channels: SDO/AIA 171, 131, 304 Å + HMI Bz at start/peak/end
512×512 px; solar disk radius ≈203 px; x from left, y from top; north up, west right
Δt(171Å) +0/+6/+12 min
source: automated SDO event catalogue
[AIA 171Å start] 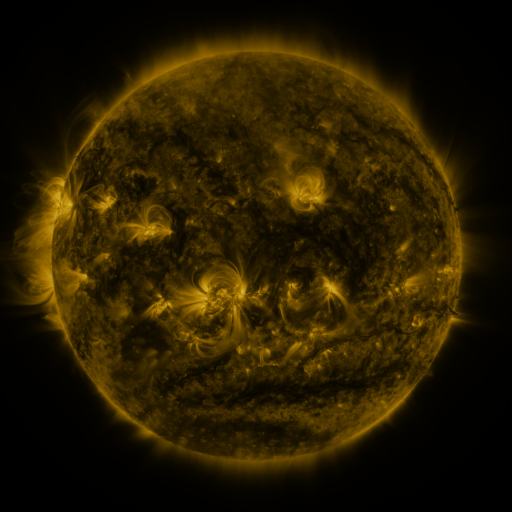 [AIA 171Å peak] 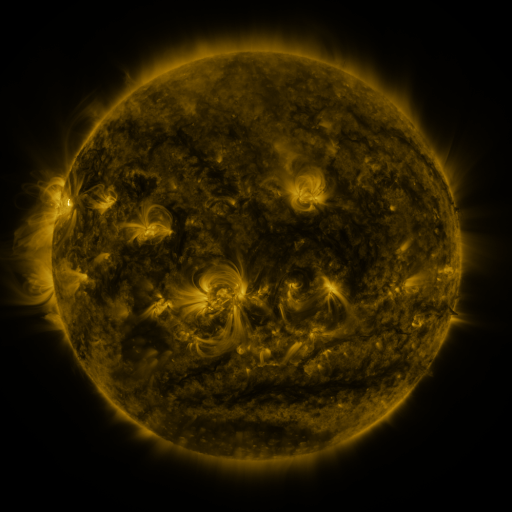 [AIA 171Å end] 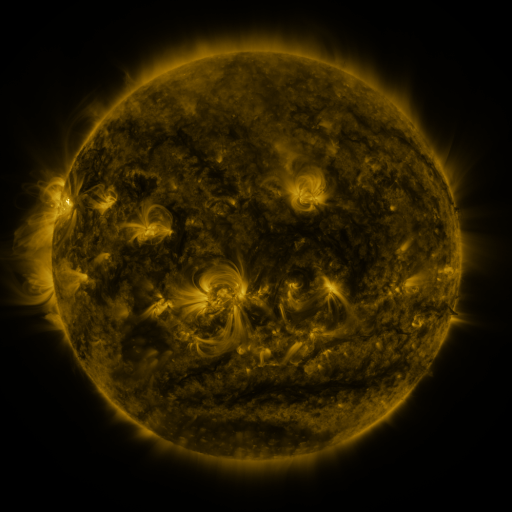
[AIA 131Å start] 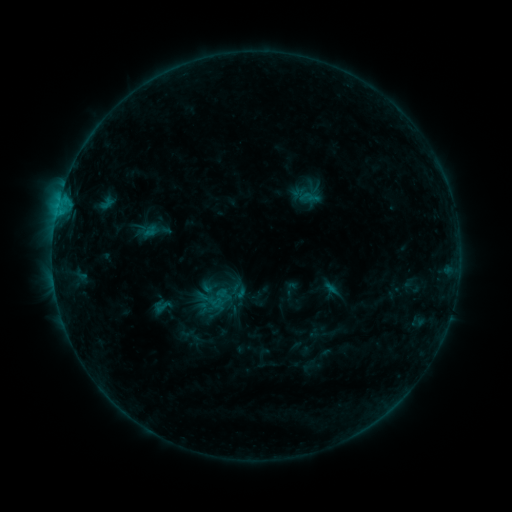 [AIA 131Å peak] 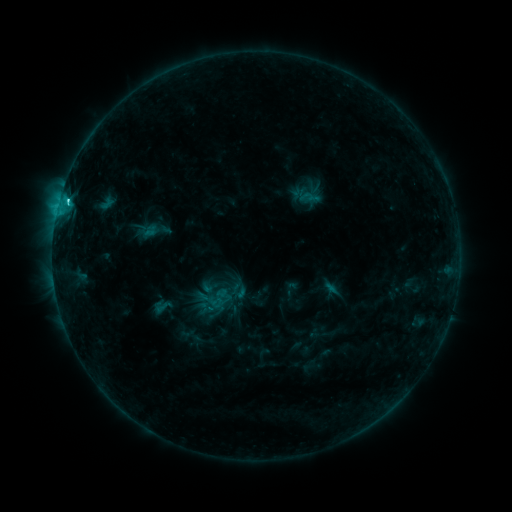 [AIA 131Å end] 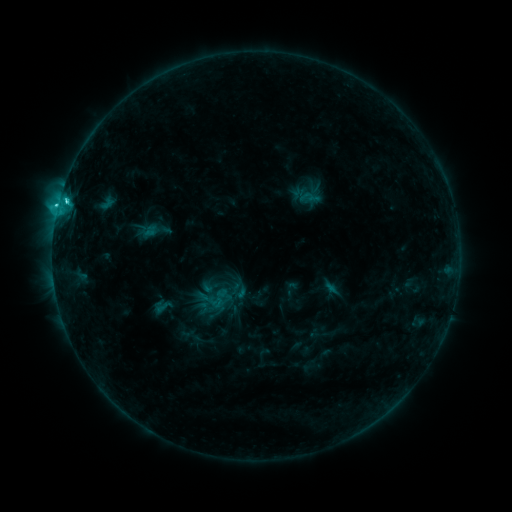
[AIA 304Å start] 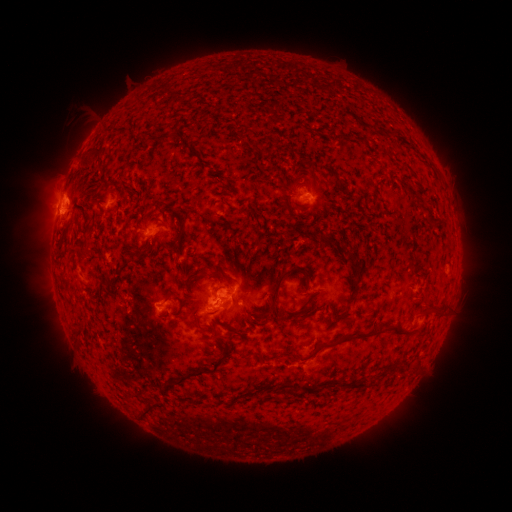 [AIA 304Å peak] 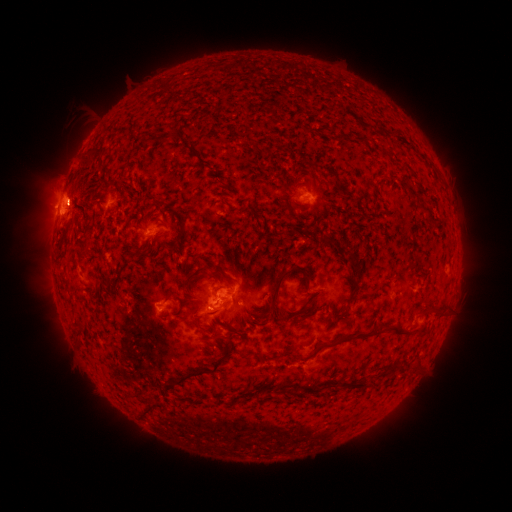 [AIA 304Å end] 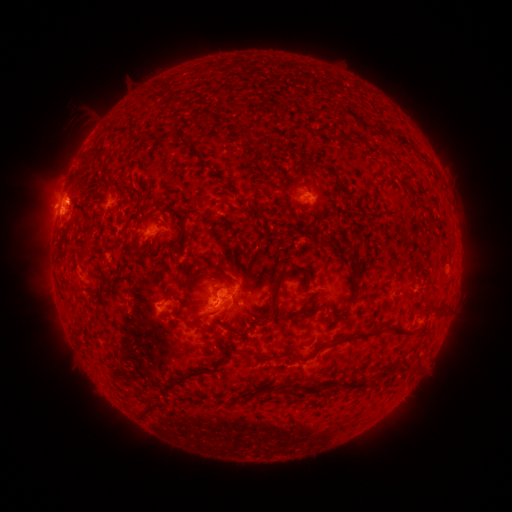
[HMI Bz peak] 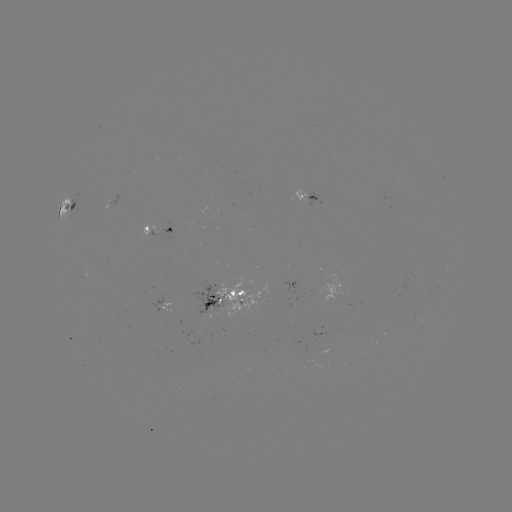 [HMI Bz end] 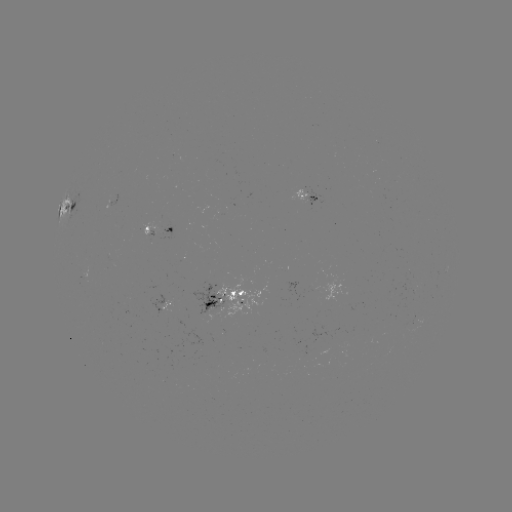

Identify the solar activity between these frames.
eruption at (75, 198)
